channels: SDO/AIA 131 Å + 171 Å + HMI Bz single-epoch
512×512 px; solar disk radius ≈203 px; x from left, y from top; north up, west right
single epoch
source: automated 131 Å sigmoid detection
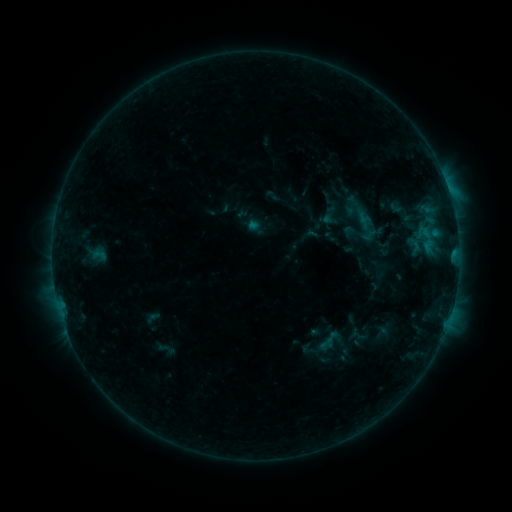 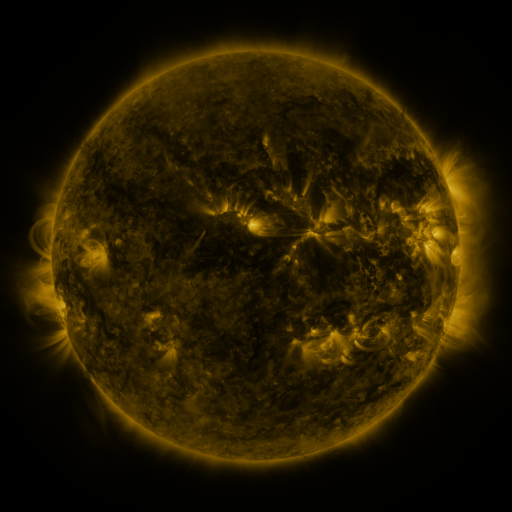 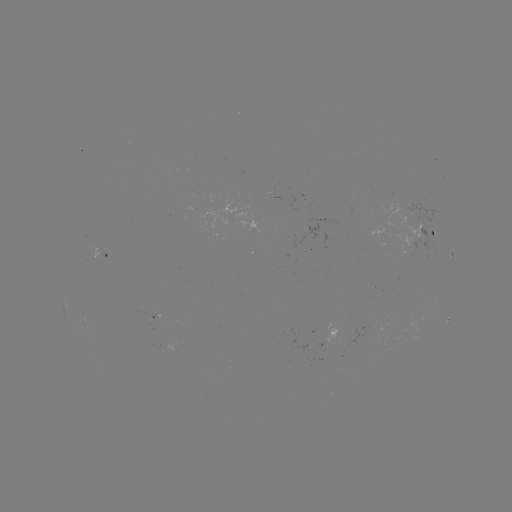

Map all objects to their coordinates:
sigmoid: (328, 190, 399, 246)
